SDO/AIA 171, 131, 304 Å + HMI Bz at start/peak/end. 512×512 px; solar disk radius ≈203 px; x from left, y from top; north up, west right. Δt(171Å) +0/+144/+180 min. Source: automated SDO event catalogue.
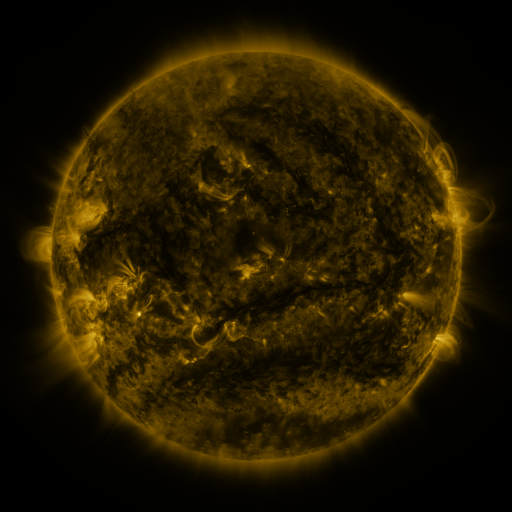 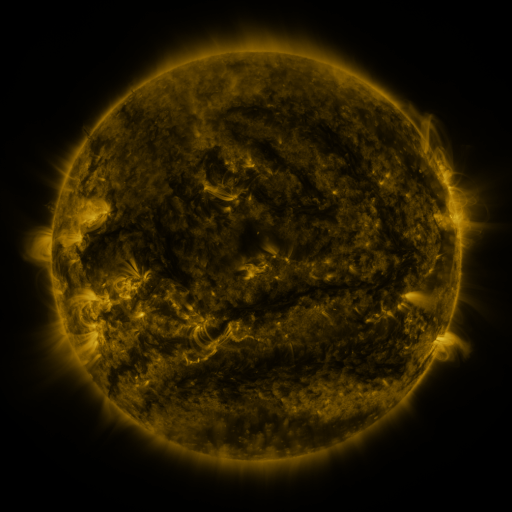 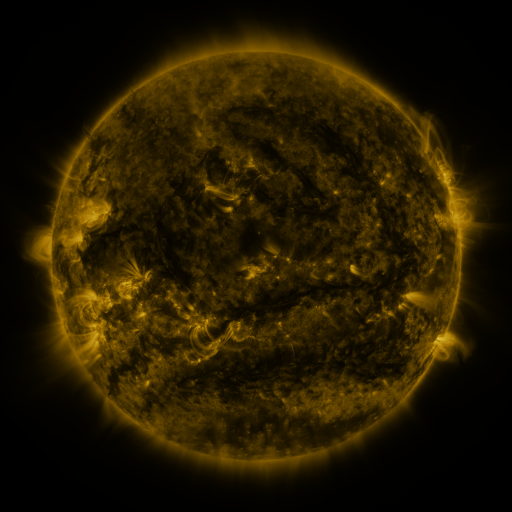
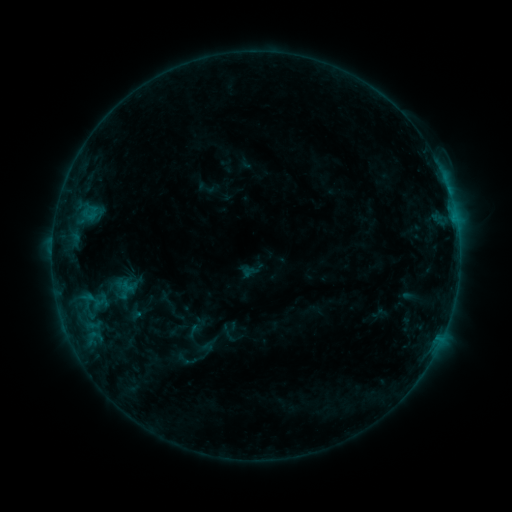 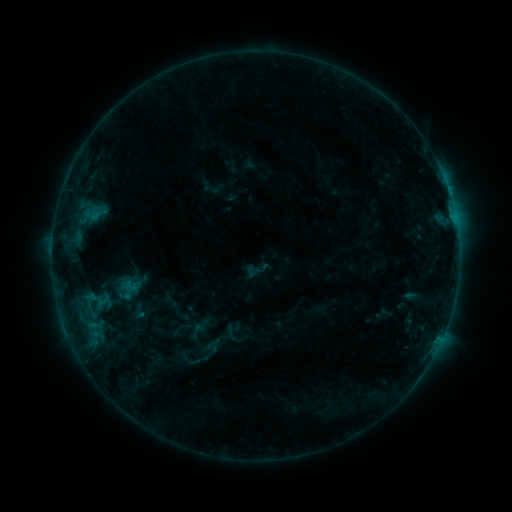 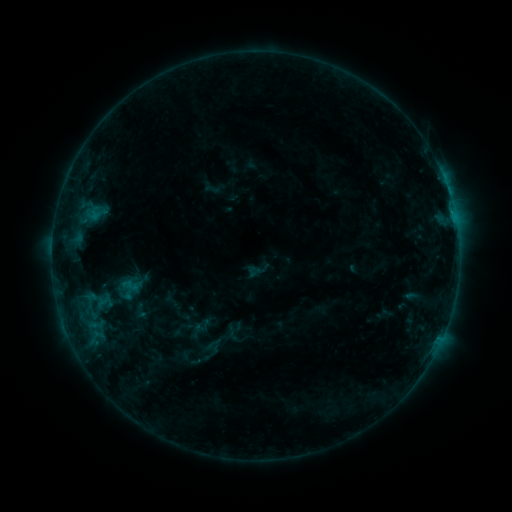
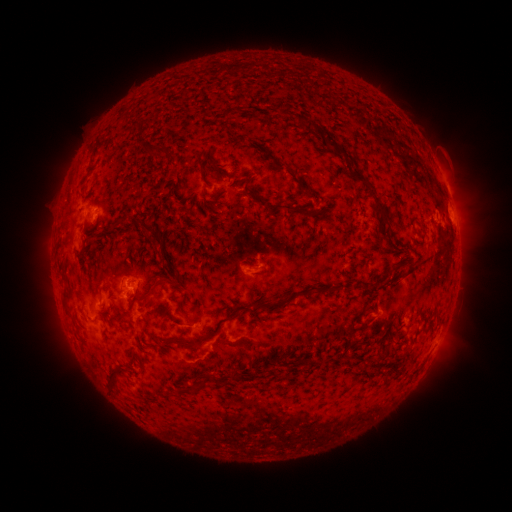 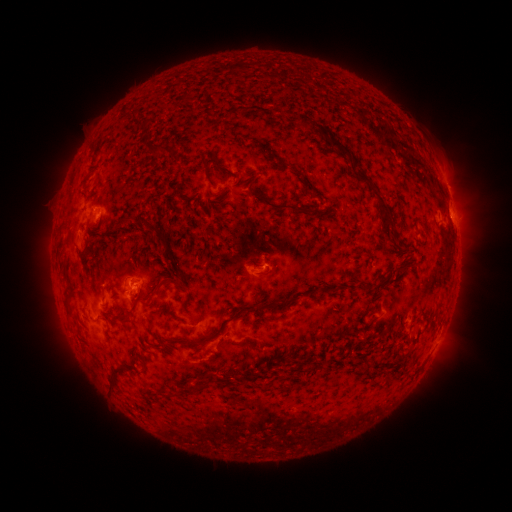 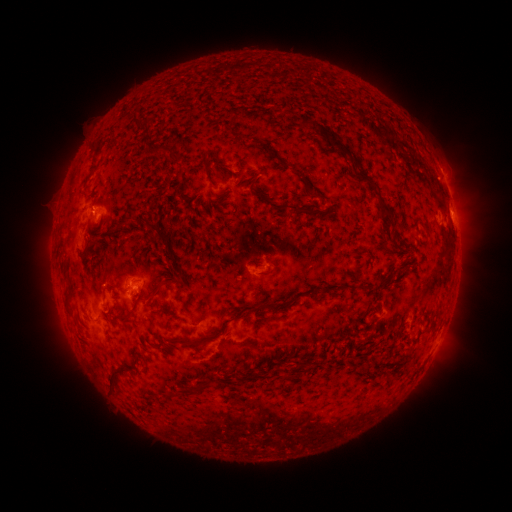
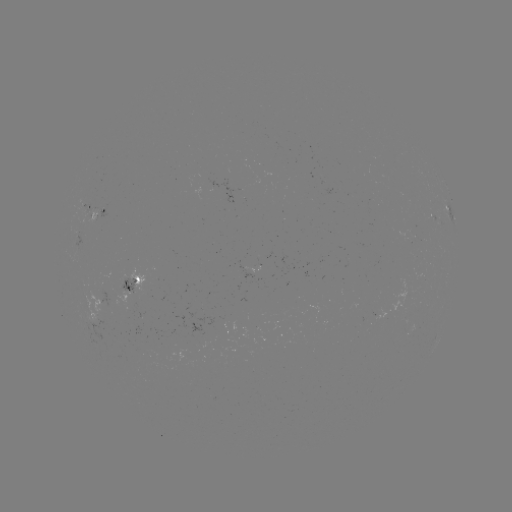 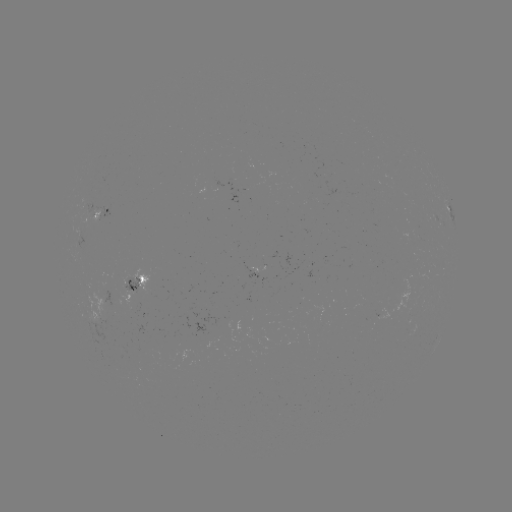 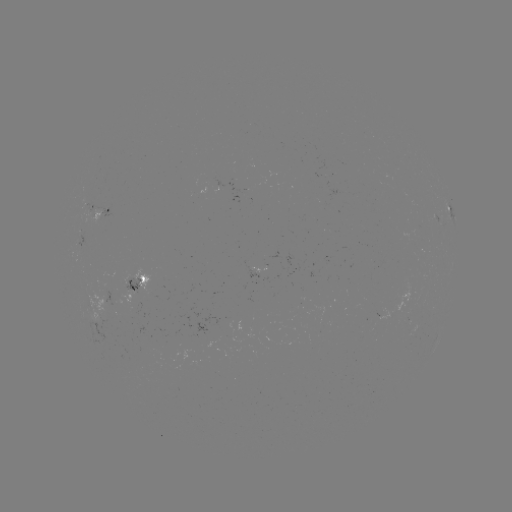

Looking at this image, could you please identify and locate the emerging-flux region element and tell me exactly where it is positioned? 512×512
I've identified emerging-flux region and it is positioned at [302, 293].